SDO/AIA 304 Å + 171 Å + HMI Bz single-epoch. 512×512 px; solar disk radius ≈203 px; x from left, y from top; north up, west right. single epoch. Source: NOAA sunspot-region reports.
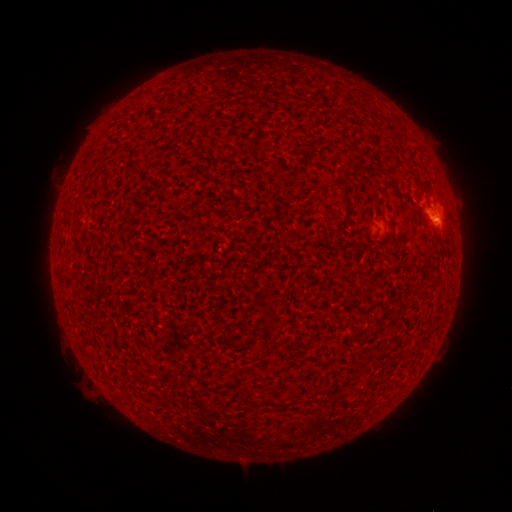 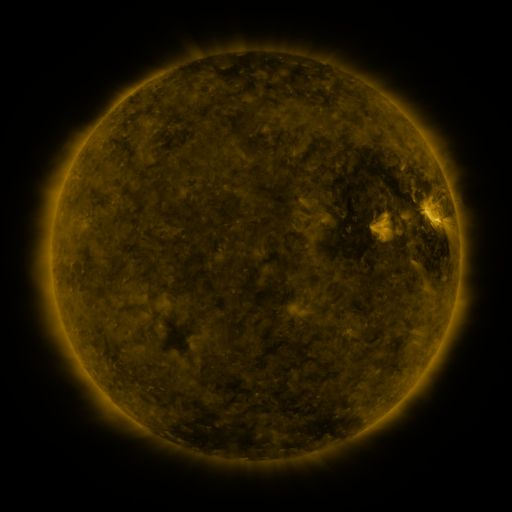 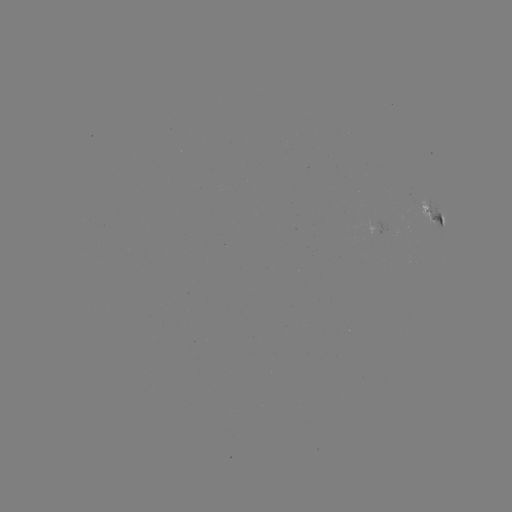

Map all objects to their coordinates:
(none)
